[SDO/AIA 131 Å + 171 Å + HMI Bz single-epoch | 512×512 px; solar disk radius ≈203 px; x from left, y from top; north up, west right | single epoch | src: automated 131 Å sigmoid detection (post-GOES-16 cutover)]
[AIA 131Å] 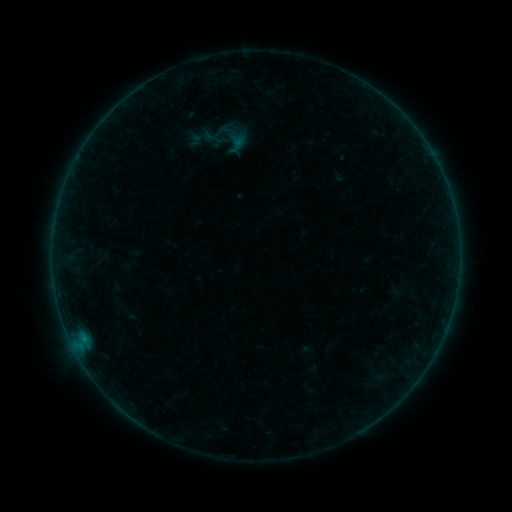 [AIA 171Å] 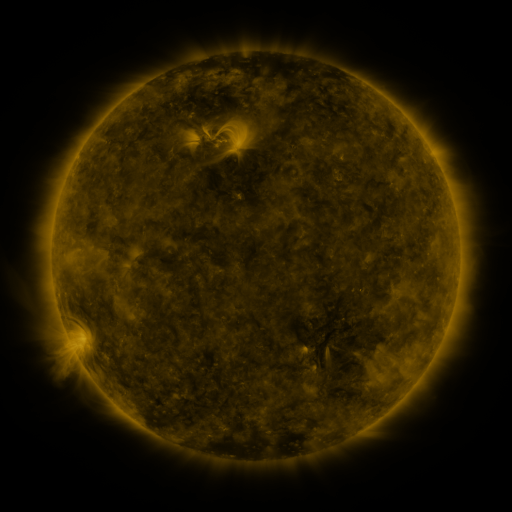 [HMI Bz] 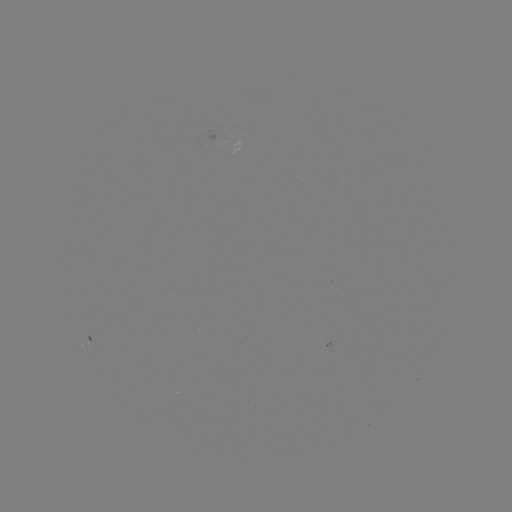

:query sigmoid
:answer (231, 135)